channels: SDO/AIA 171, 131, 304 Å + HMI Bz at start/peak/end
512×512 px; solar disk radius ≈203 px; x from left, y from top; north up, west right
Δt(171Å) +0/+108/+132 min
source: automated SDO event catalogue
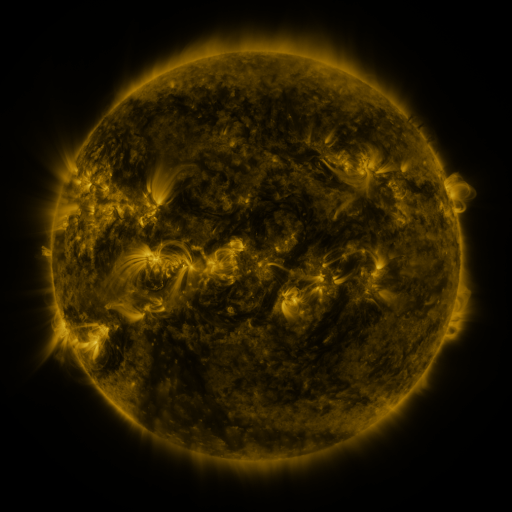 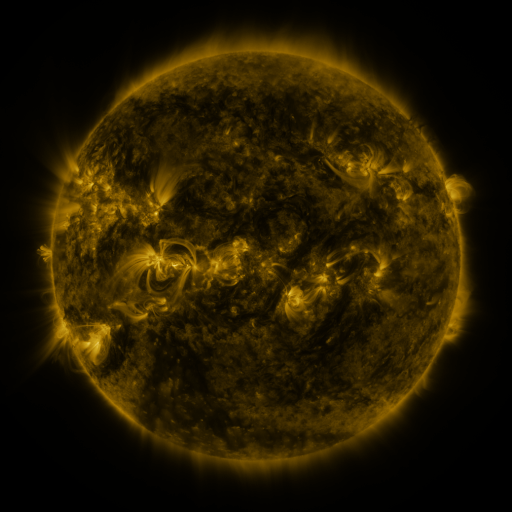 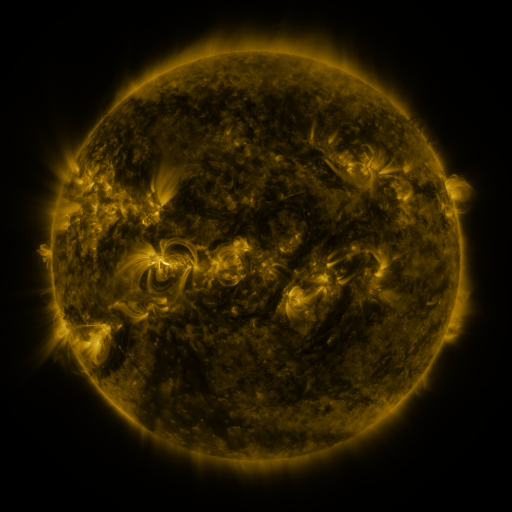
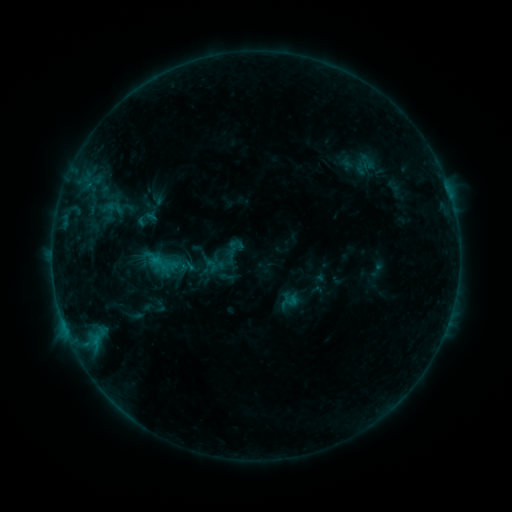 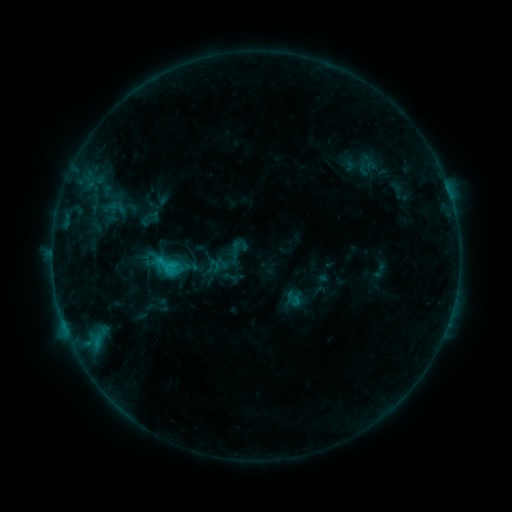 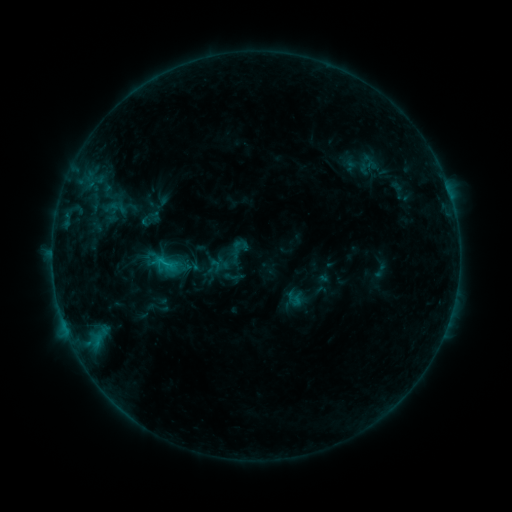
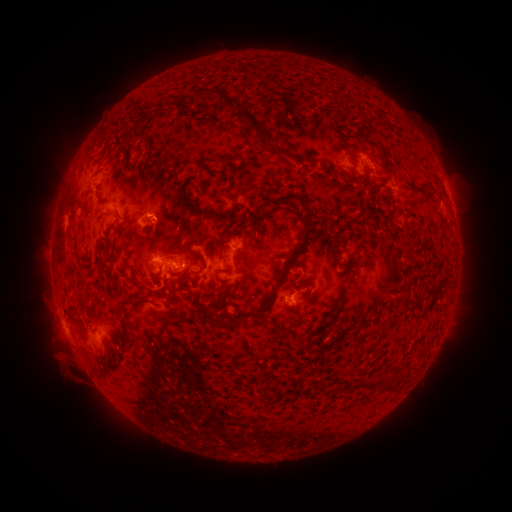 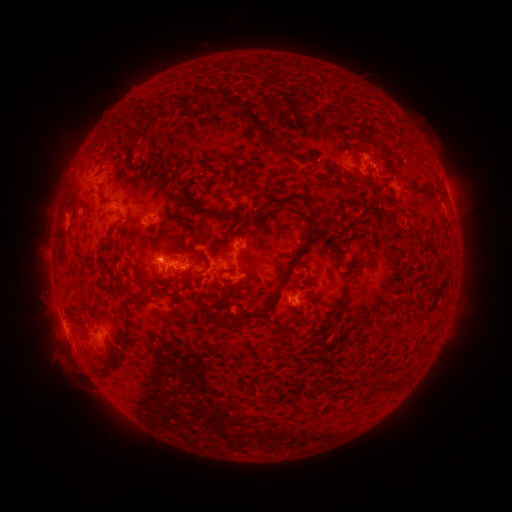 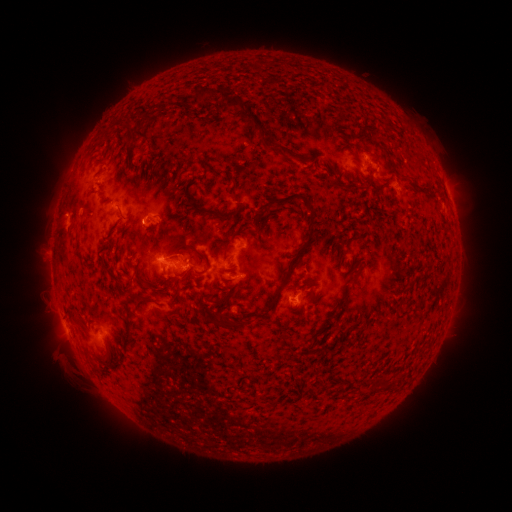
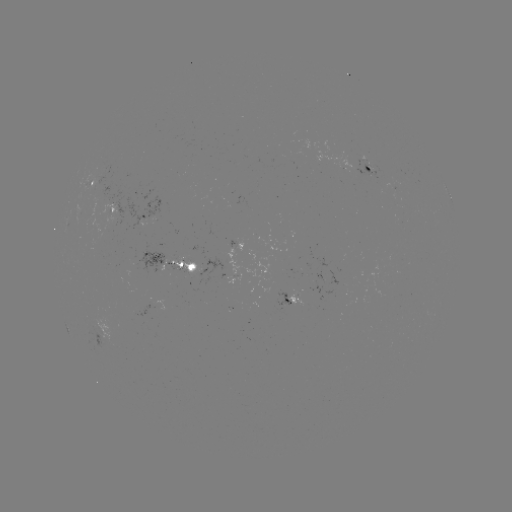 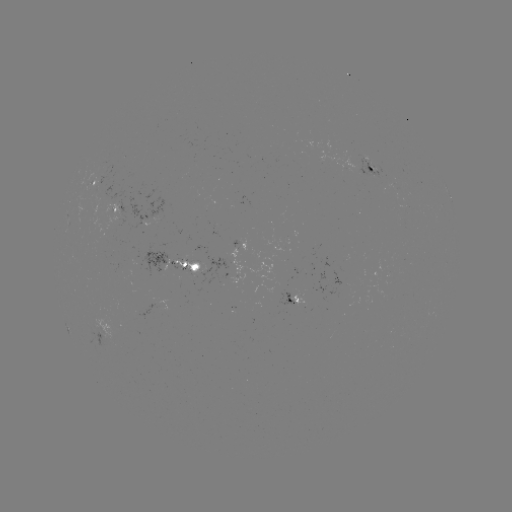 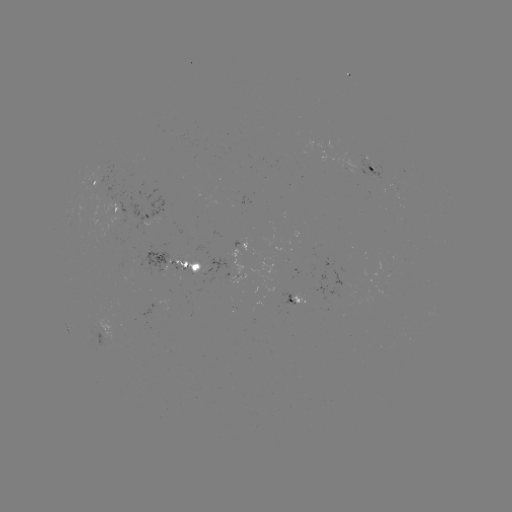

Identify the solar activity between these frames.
emerging-flux region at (292, 294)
